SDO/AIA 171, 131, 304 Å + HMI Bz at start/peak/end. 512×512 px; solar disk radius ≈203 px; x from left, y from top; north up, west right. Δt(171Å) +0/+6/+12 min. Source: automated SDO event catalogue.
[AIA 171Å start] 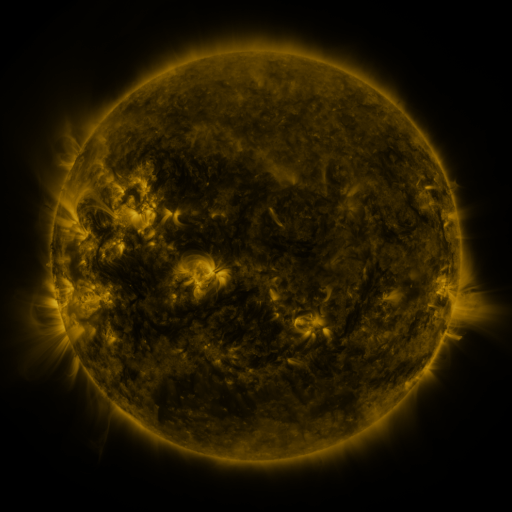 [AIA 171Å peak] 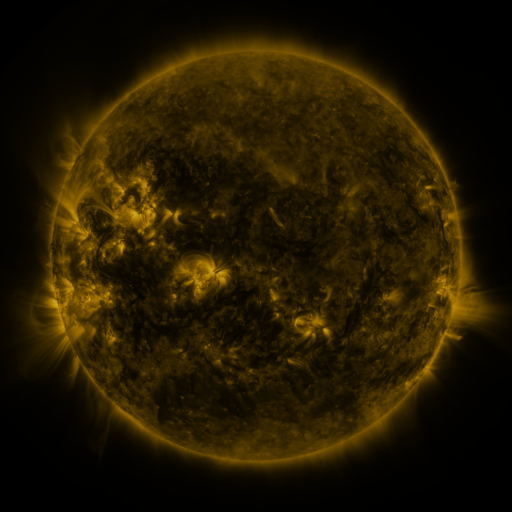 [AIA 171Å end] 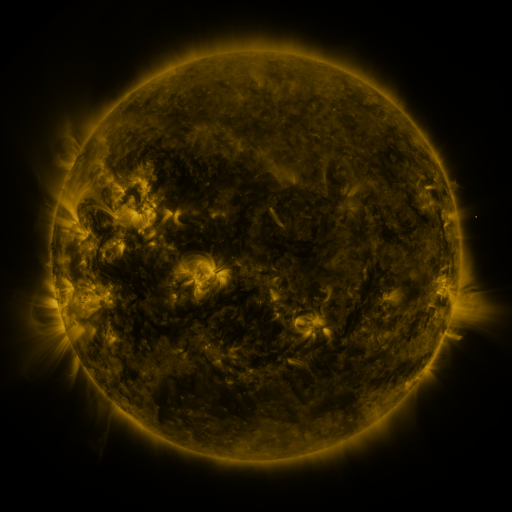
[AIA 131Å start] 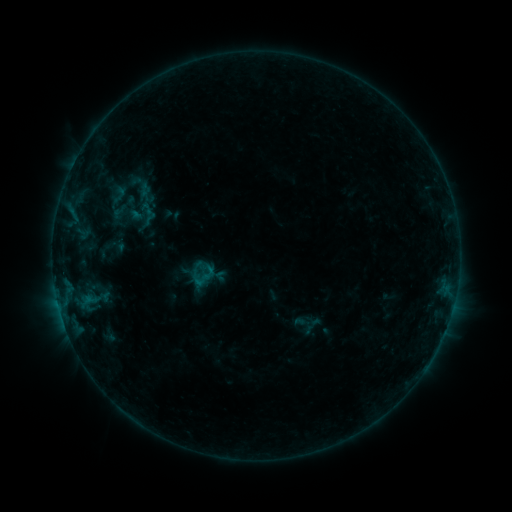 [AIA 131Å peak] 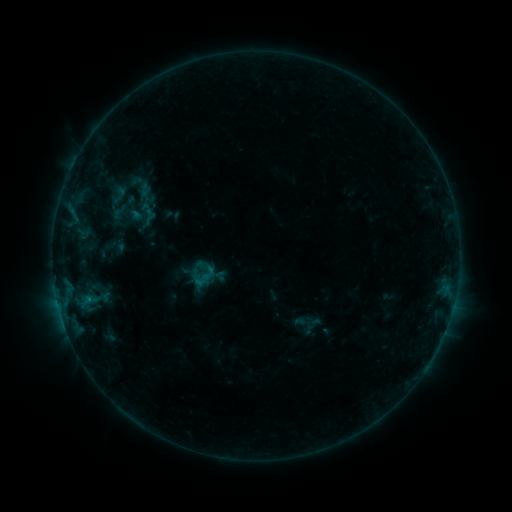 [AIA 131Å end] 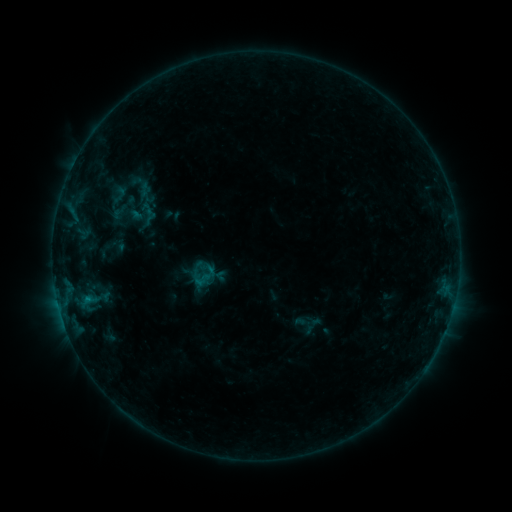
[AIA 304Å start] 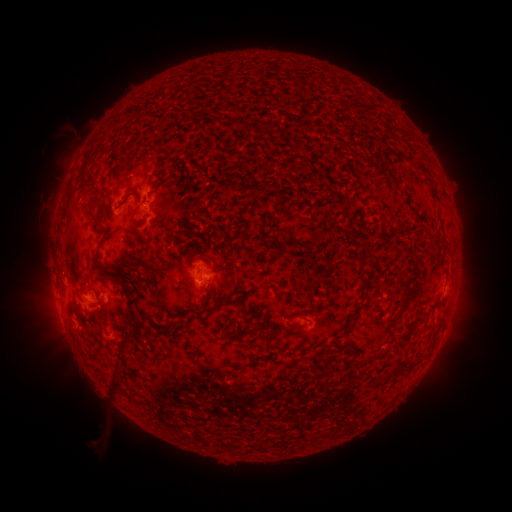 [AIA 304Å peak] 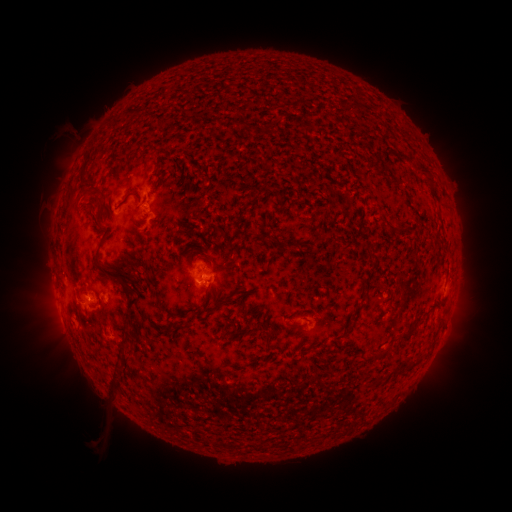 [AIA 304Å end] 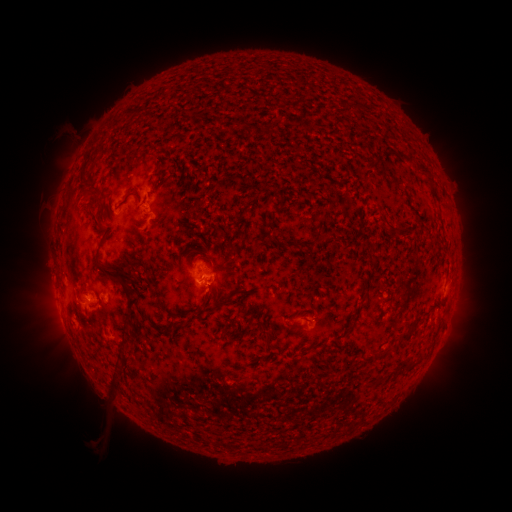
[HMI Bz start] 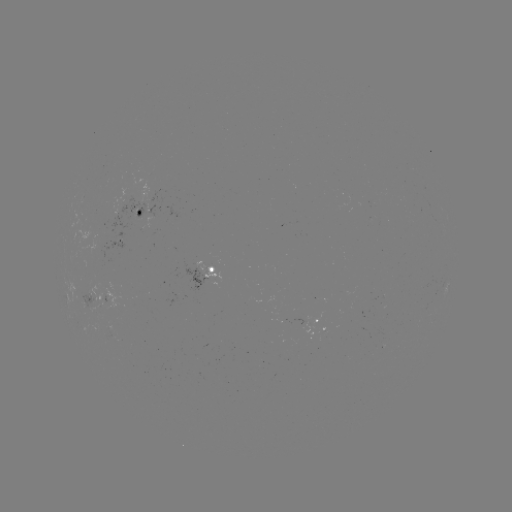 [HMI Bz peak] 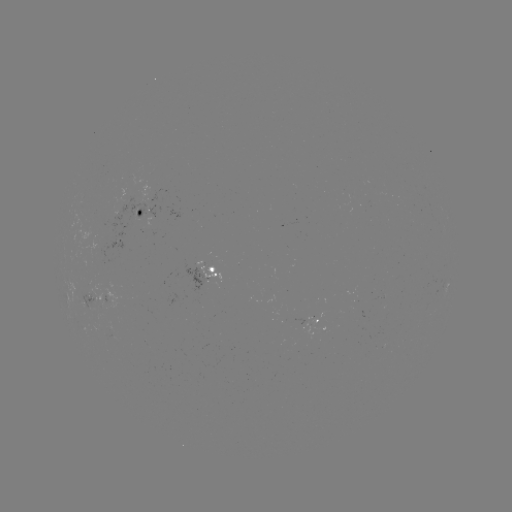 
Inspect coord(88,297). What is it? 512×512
B4.0 flare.